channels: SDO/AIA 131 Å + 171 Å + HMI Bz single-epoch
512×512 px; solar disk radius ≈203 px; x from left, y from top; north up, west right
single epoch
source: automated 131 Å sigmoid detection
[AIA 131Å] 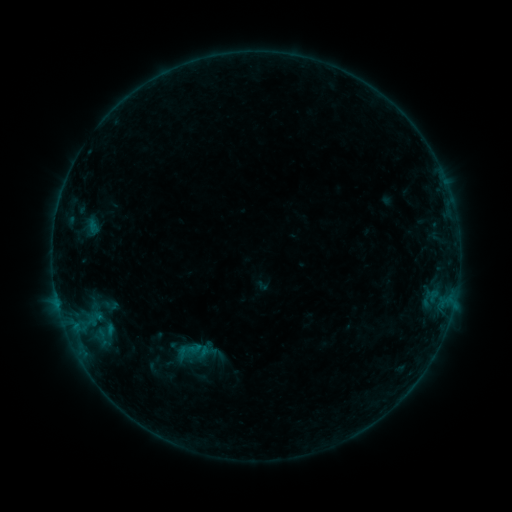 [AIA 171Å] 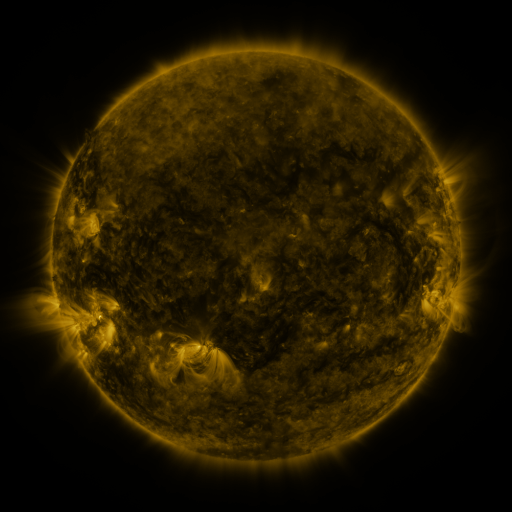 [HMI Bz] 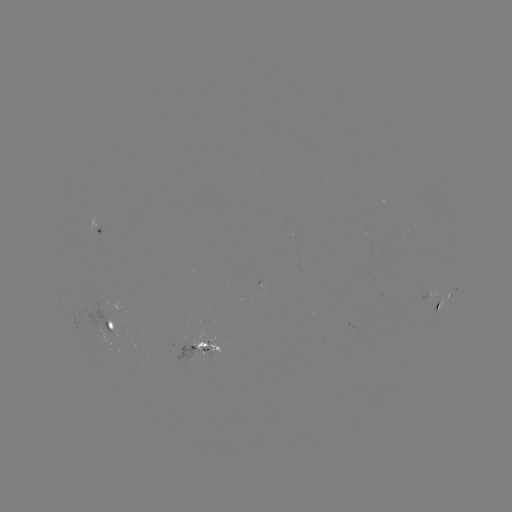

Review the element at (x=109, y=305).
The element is sigmoid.